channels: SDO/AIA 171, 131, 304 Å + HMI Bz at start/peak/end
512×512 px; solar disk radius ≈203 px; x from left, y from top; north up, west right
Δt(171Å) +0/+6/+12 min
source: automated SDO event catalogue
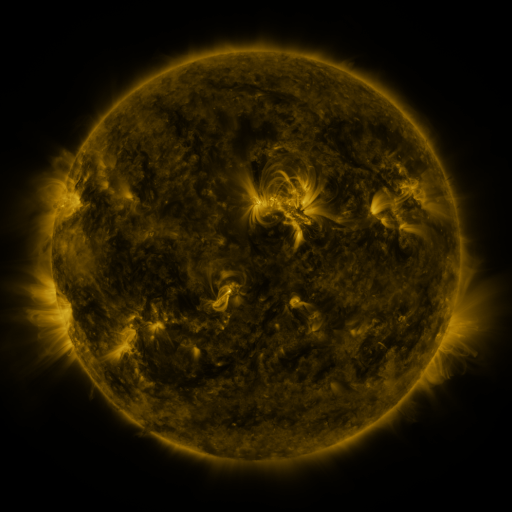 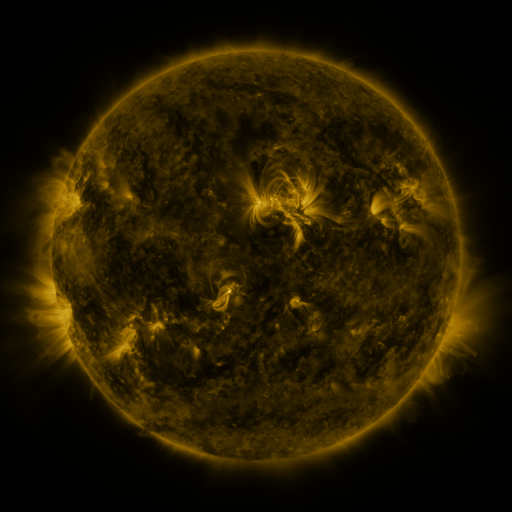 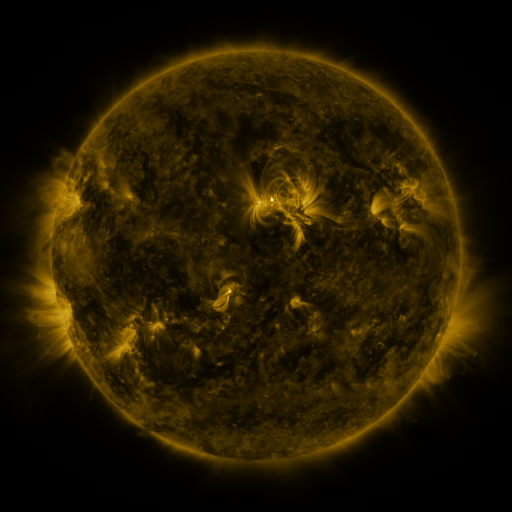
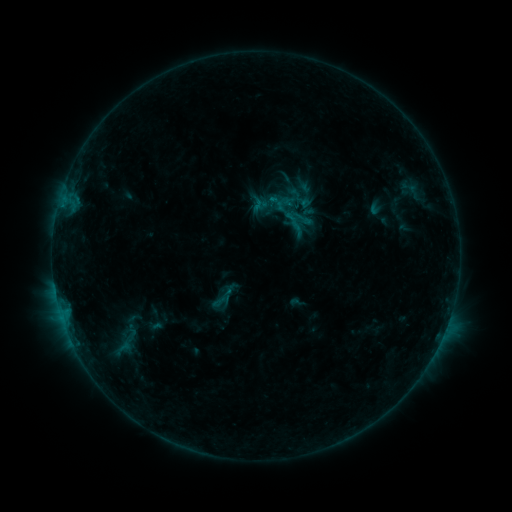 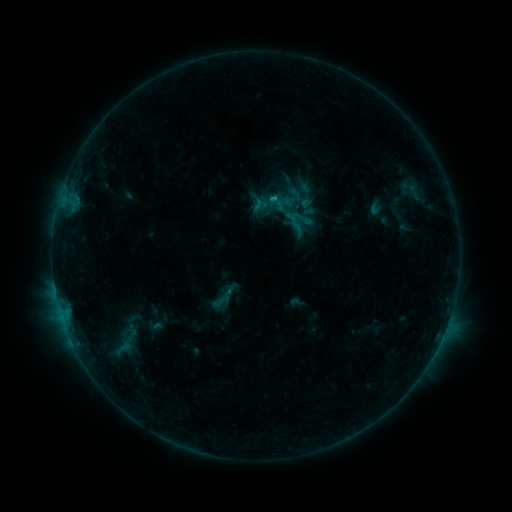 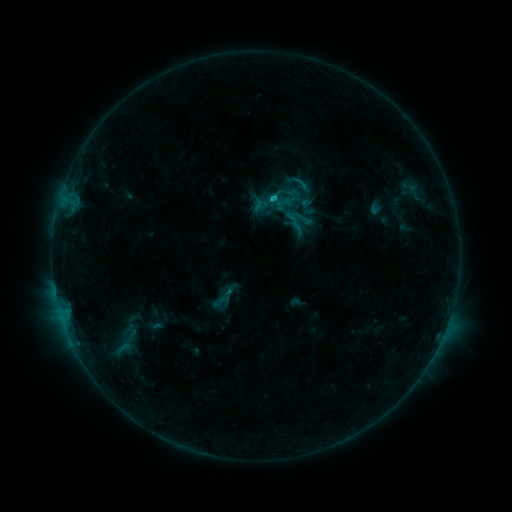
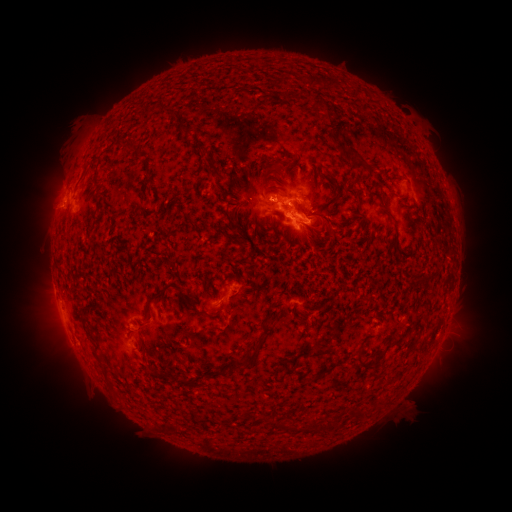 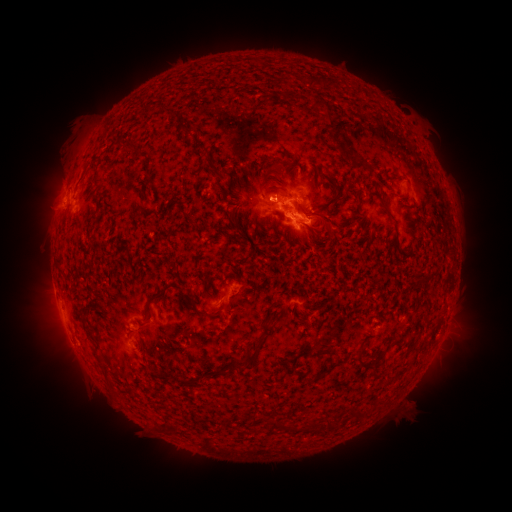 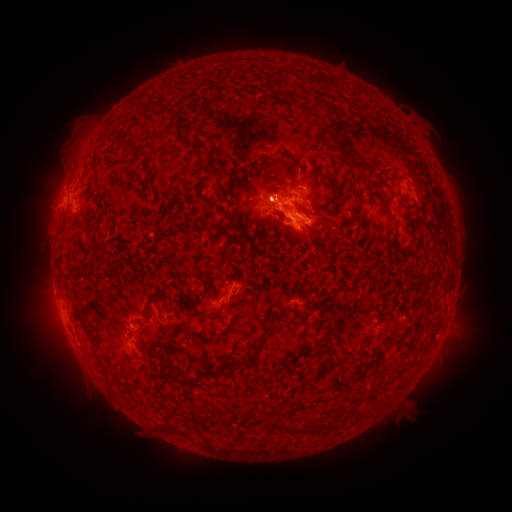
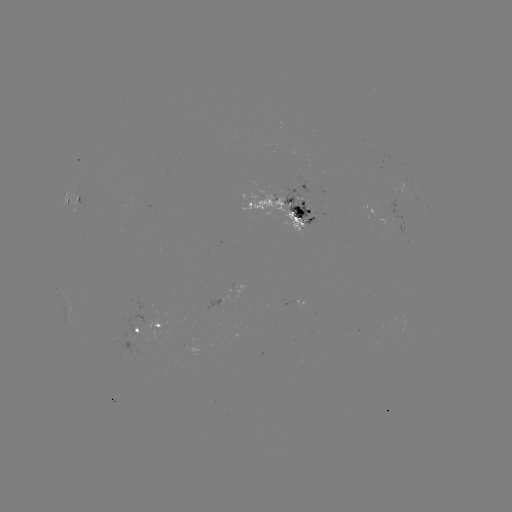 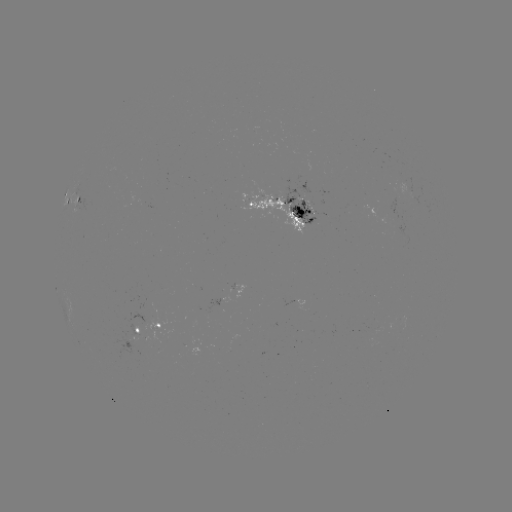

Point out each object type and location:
C1.3 flare: (269, 203)
